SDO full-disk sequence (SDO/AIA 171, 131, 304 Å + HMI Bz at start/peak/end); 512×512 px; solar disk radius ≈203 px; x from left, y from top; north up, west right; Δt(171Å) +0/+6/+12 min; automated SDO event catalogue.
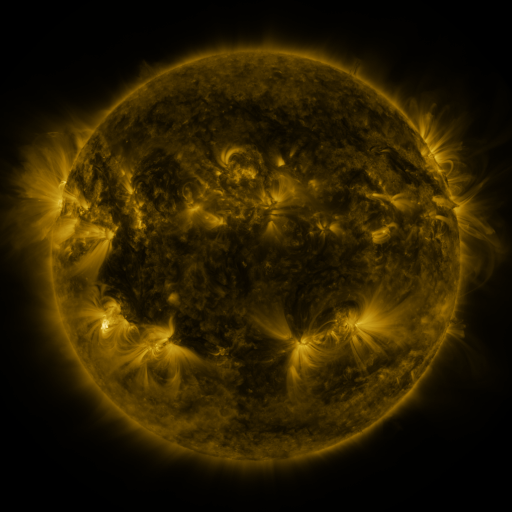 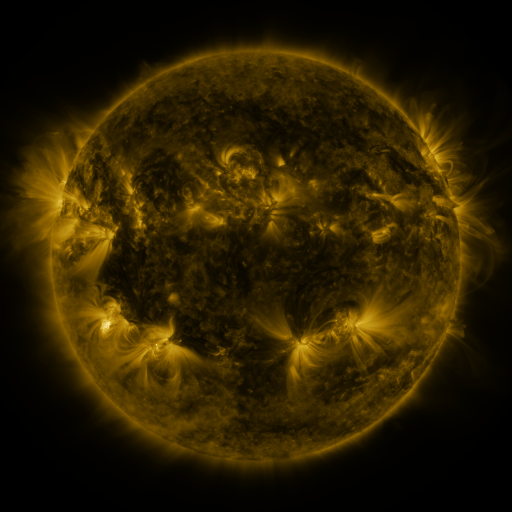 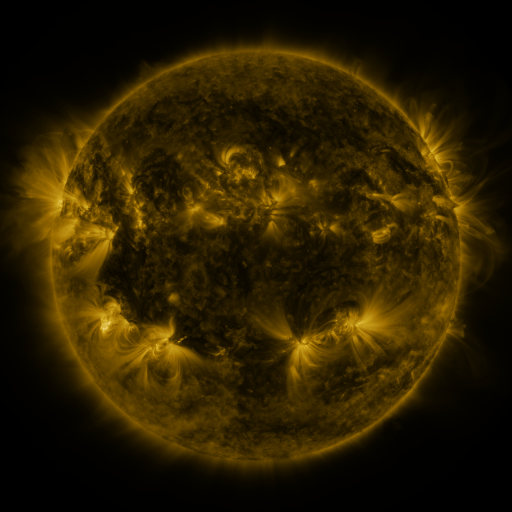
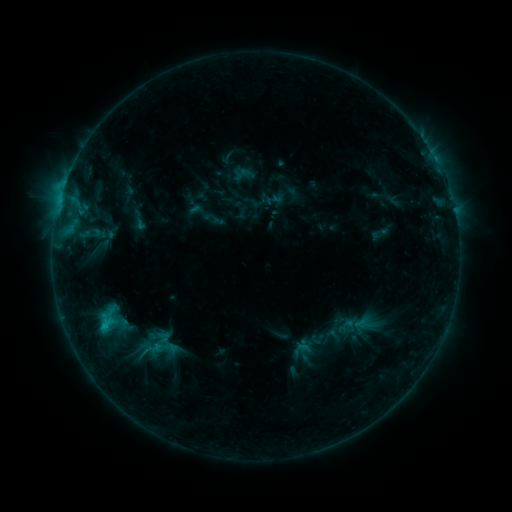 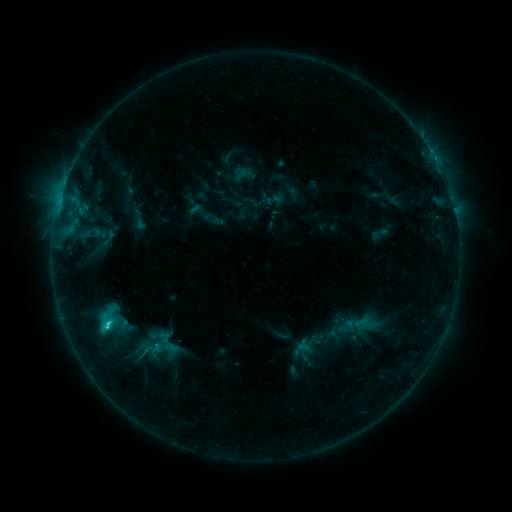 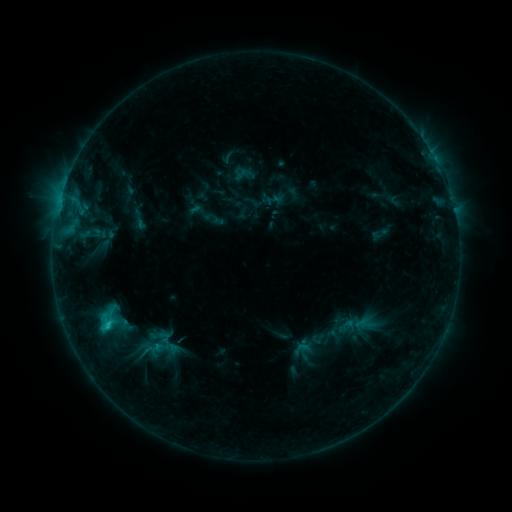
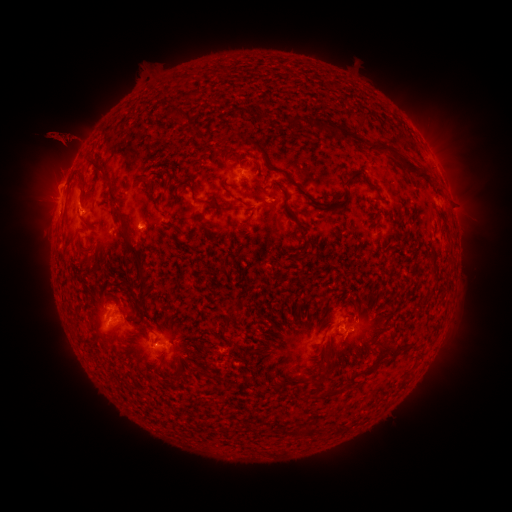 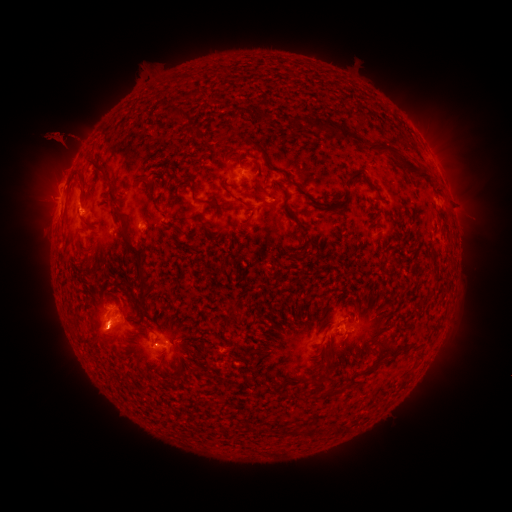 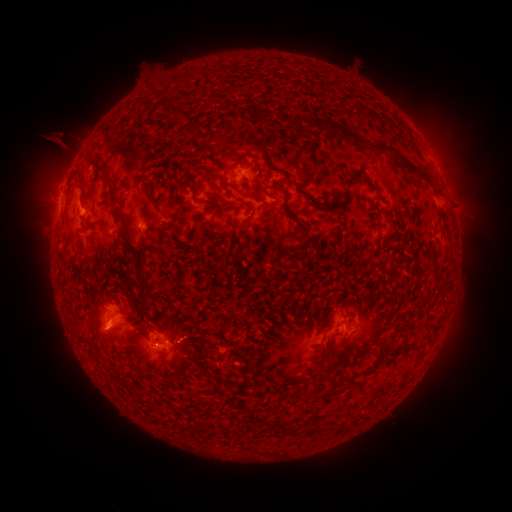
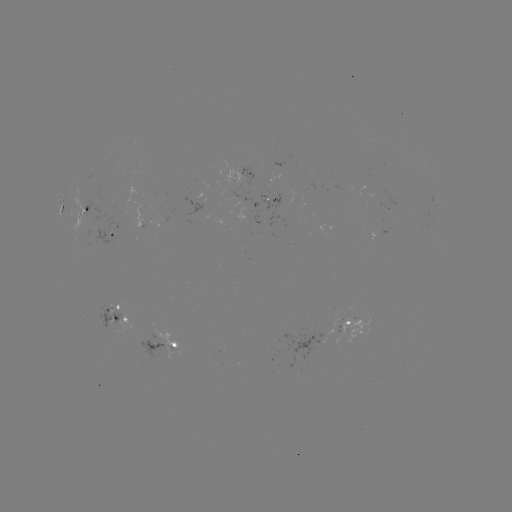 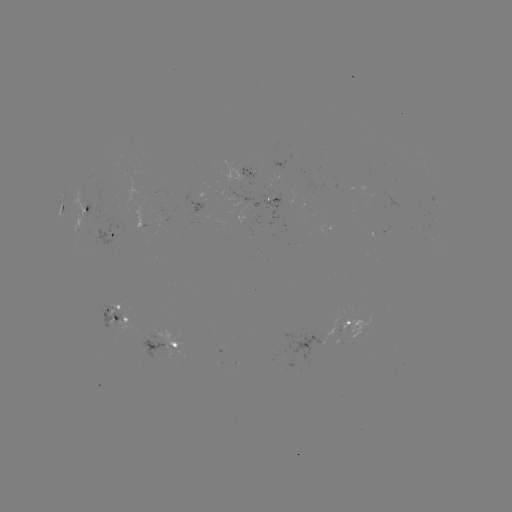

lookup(eruption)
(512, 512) [108, 337]